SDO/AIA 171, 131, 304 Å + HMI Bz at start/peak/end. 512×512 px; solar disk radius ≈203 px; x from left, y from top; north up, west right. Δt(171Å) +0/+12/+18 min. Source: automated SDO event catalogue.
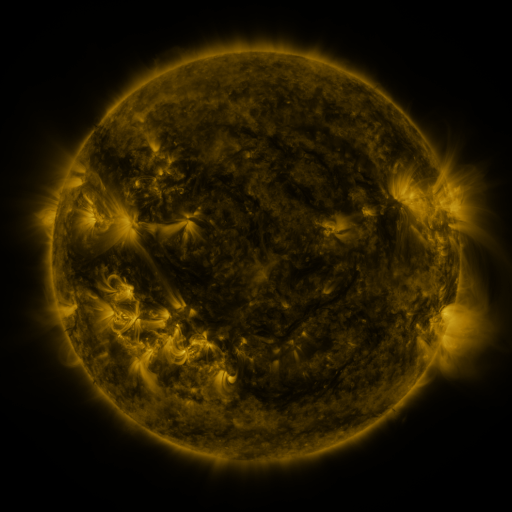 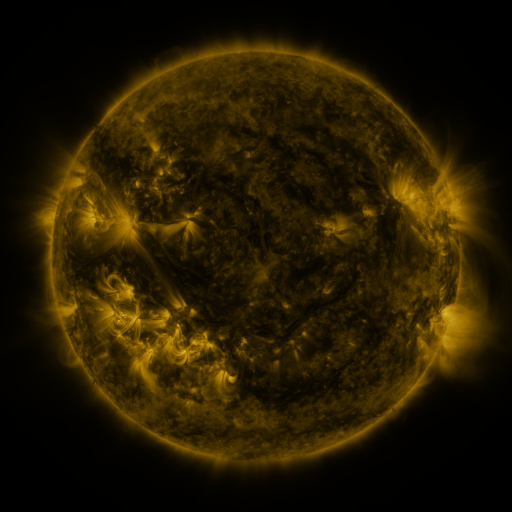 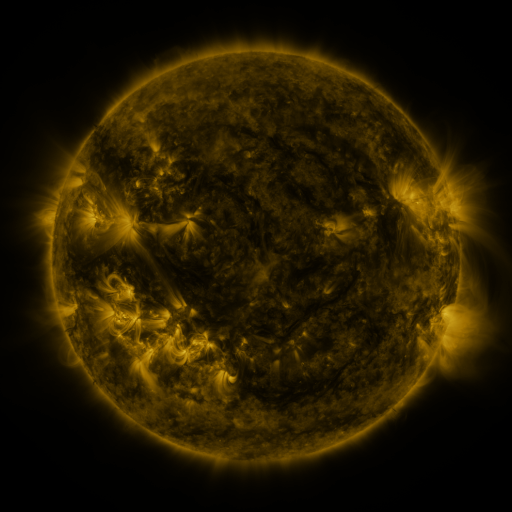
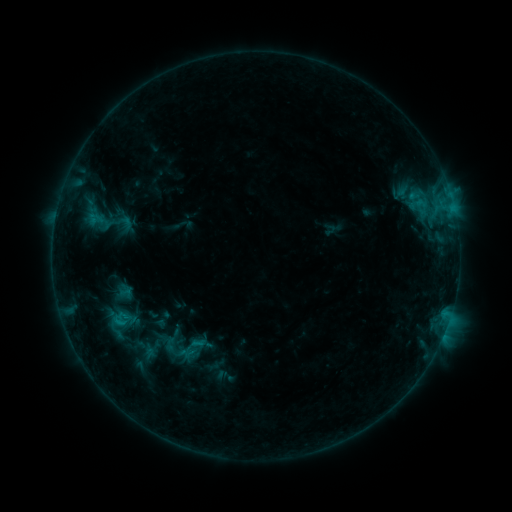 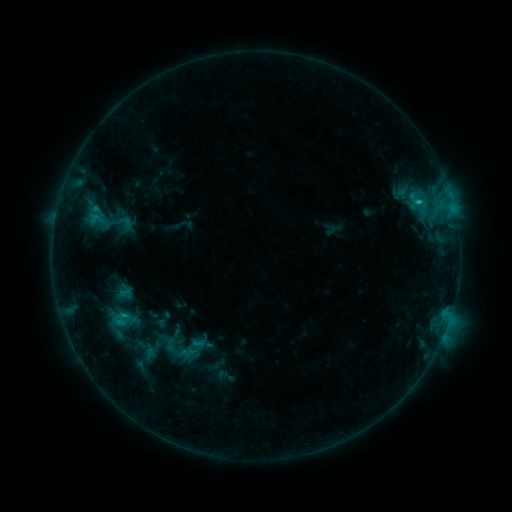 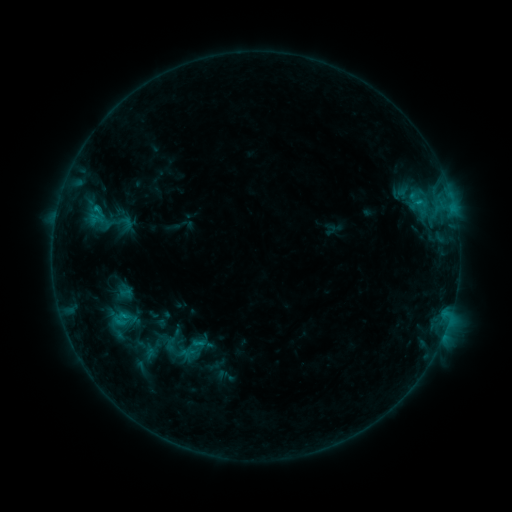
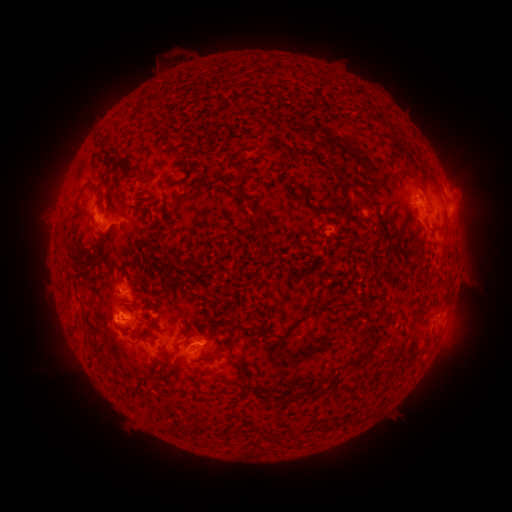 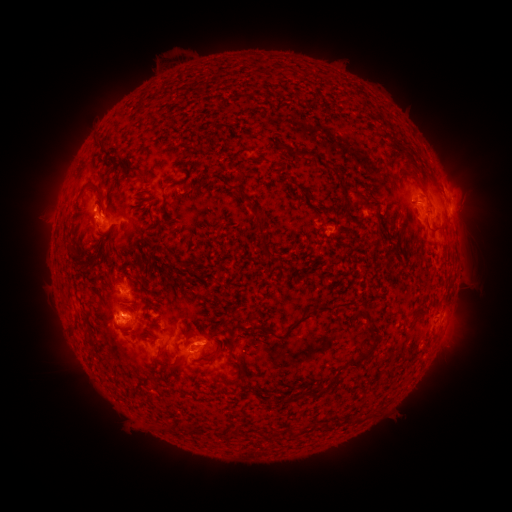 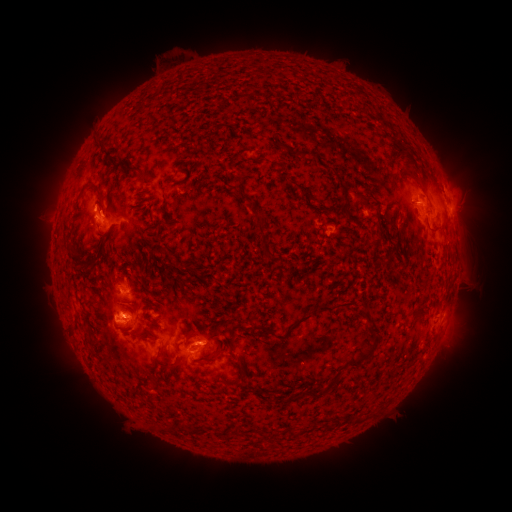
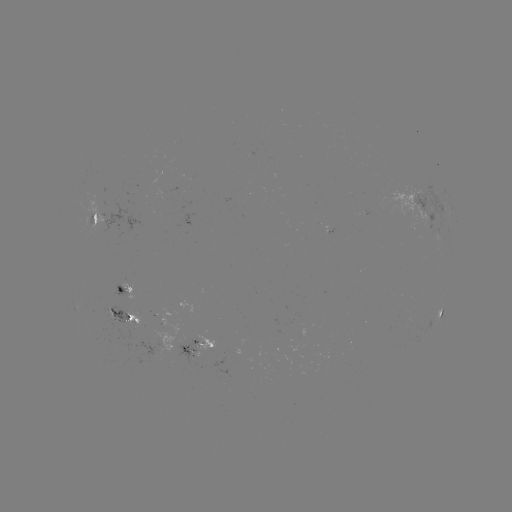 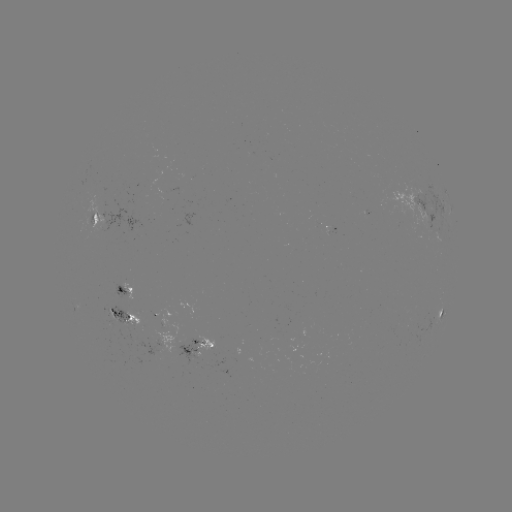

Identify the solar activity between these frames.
C1.5 flare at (419, 204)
